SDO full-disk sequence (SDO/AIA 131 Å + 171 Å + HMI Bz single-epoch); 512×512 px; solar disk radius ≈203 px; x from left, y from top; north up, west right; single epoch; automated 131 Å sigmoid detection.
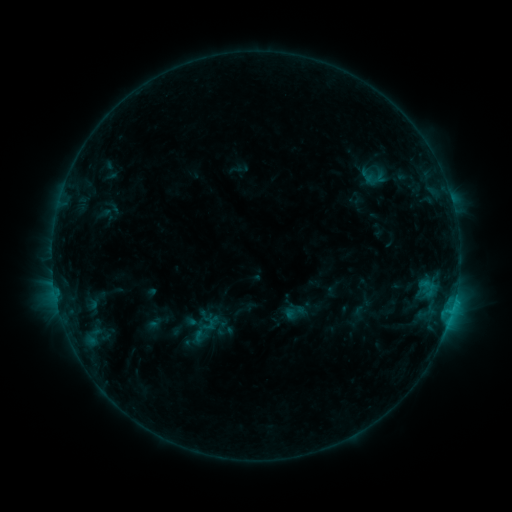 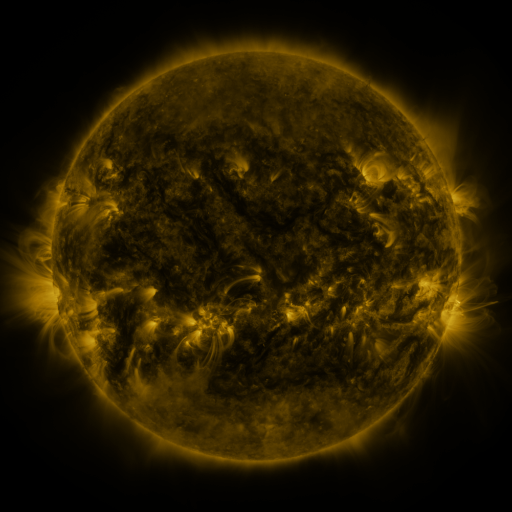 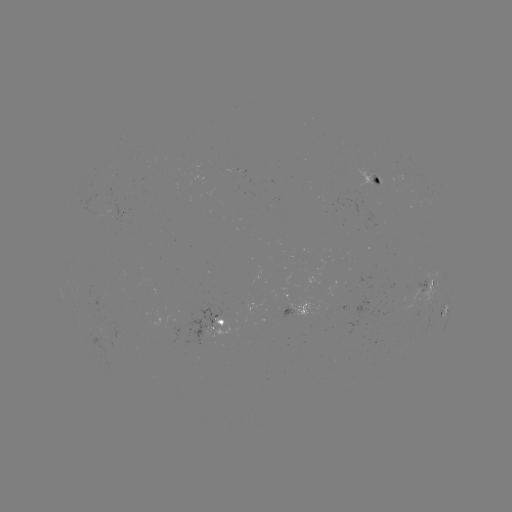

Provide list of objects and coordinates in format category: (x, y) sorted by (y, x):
sigmoid: (296, 312)
sigmoid: (203, 334)
